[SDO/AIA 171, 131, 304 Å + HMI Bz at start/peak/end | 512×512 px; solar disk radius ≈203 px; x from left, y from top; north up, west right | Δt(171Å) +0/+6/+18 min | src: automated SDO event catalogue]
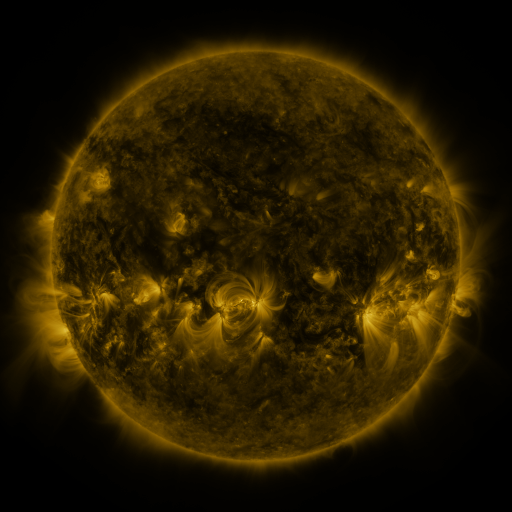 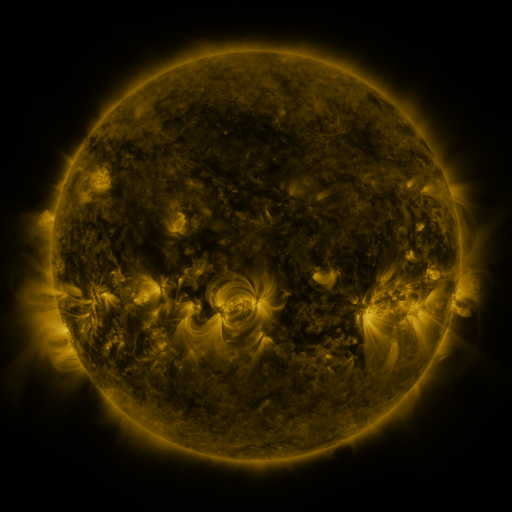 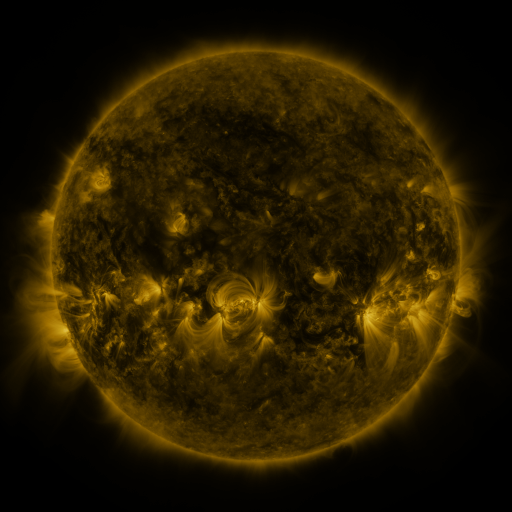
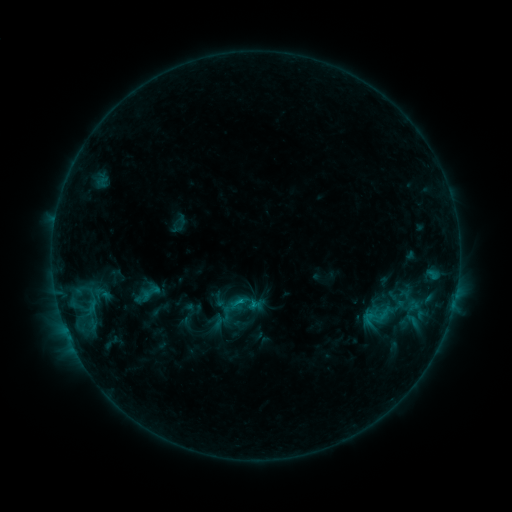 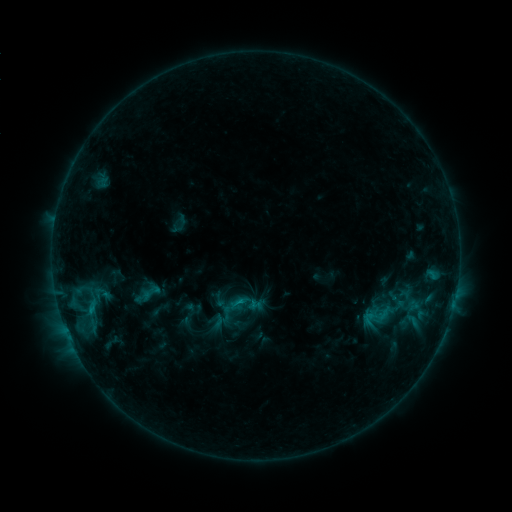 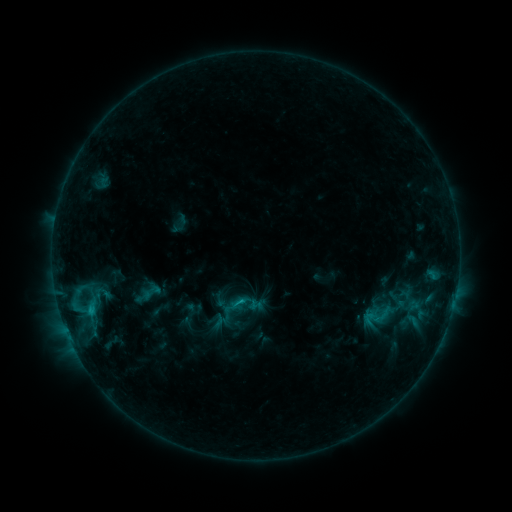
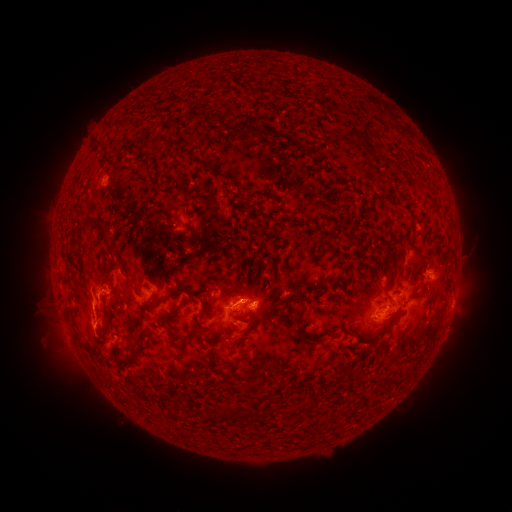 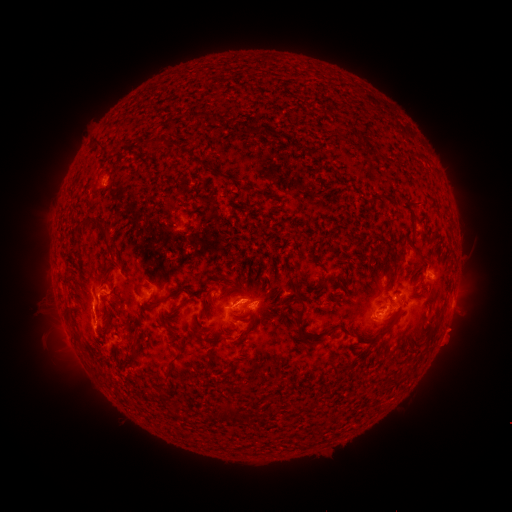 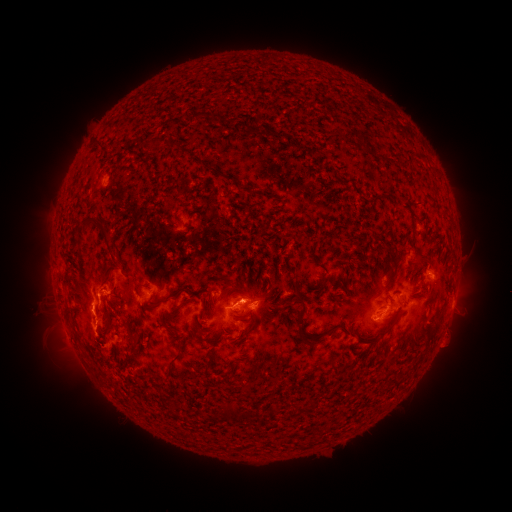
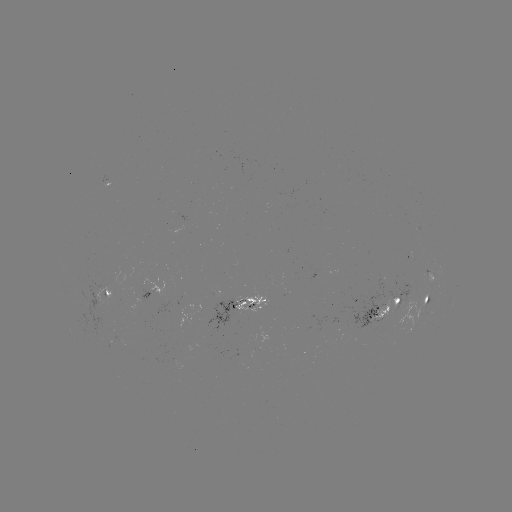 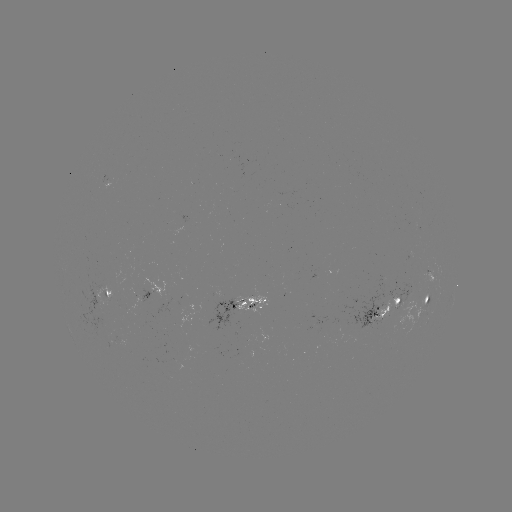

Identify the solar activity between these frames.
eruption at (451, 337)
